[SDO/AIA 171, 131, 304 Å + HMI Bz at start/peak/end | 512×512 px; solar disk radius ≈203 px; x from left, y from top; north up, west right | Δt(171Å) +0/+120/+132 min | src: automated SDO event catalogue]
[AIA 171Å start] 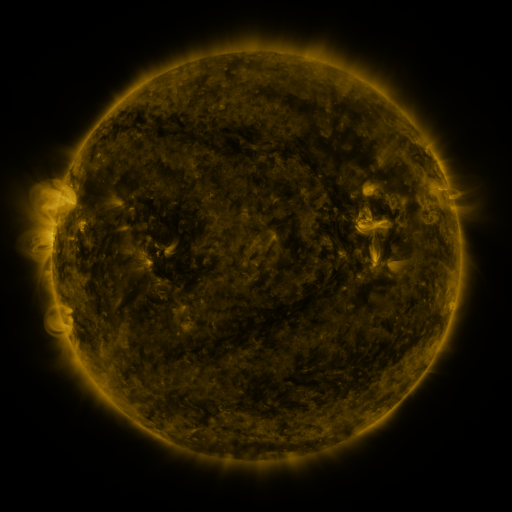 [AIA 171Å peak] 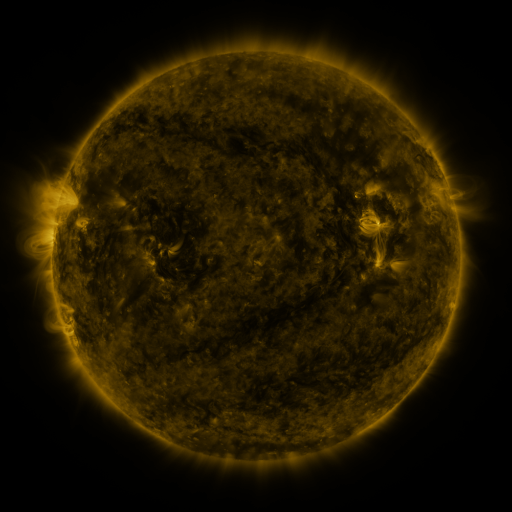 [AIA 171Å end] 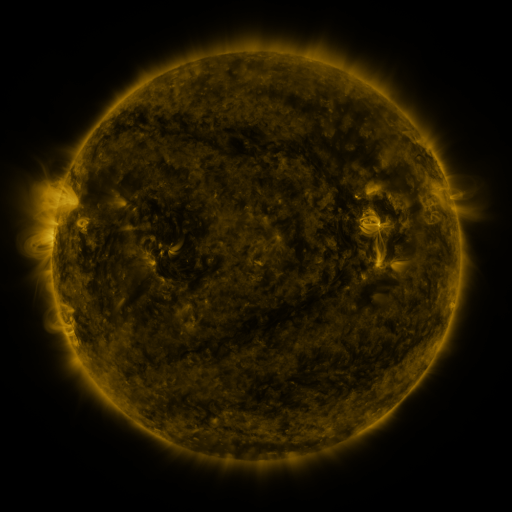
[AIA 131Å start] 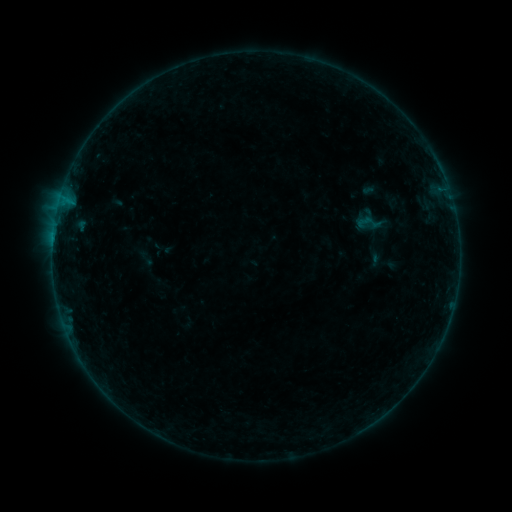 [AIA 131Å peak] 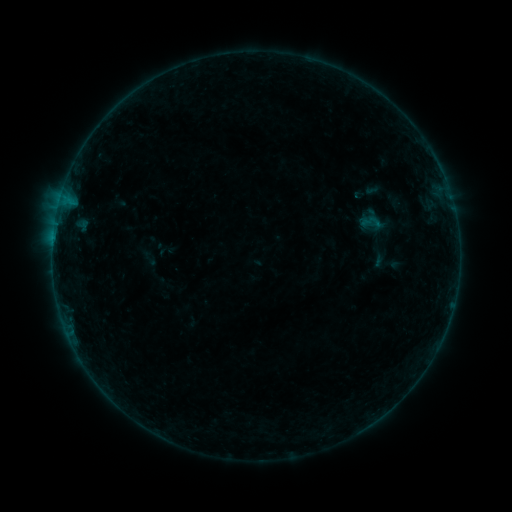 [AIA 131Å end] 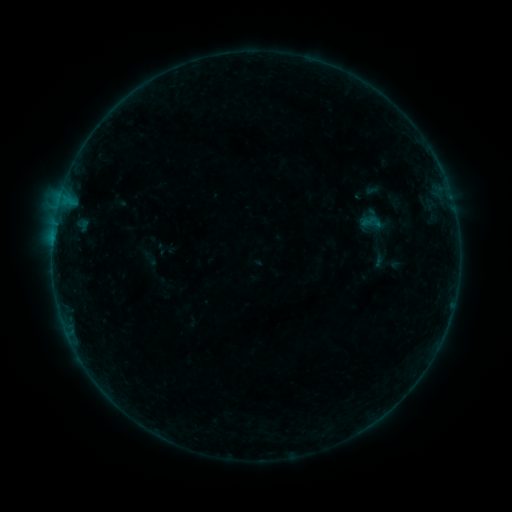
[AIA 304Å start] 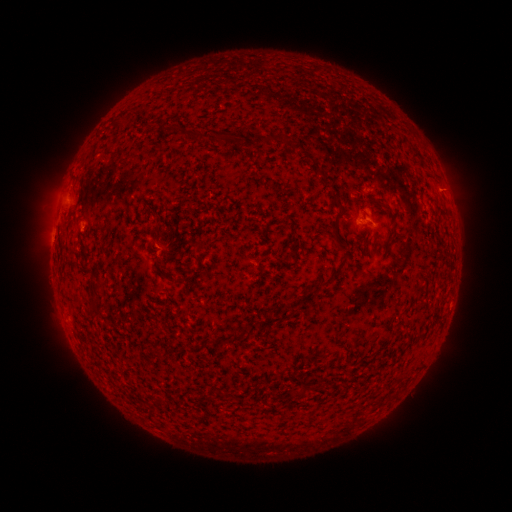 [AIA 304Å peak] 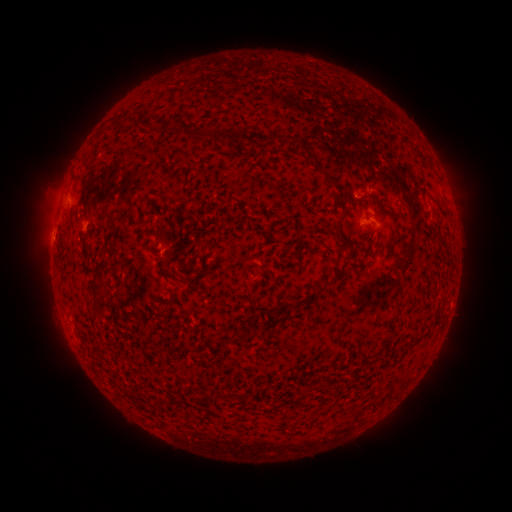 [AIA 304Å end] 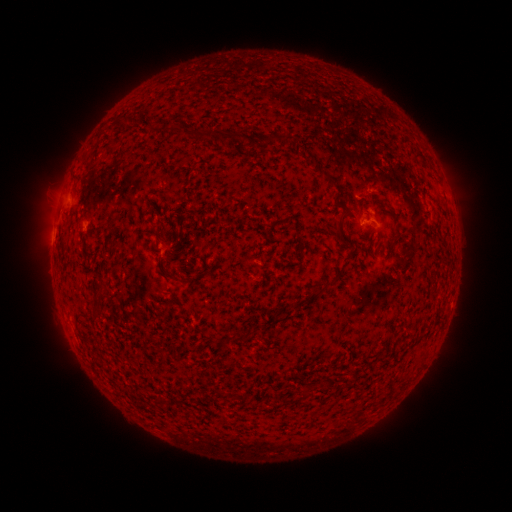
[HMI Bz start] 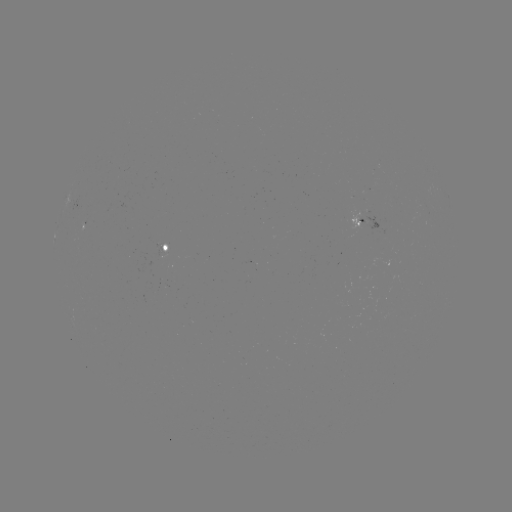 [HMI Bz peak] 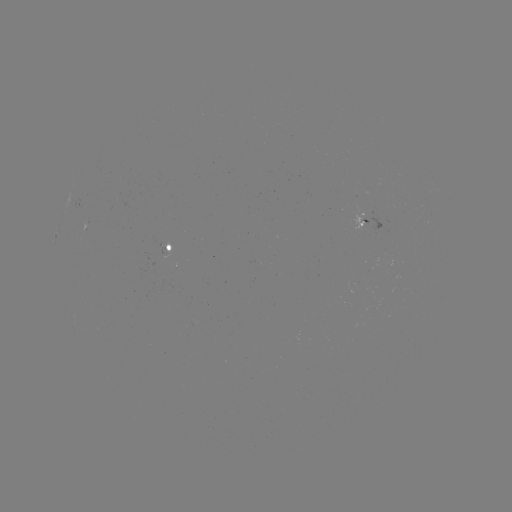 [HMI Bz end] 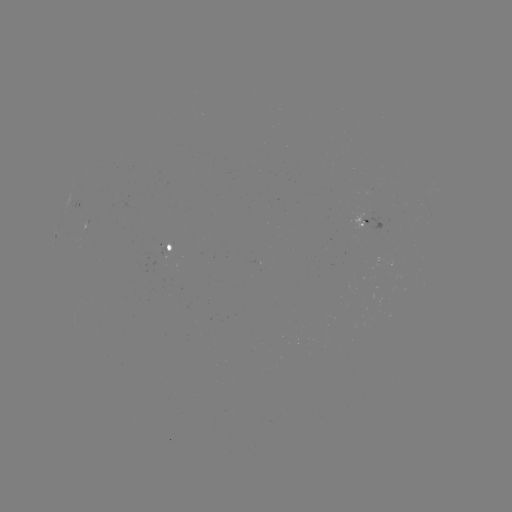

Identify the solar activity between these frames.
emerging-flux region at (160, 249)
